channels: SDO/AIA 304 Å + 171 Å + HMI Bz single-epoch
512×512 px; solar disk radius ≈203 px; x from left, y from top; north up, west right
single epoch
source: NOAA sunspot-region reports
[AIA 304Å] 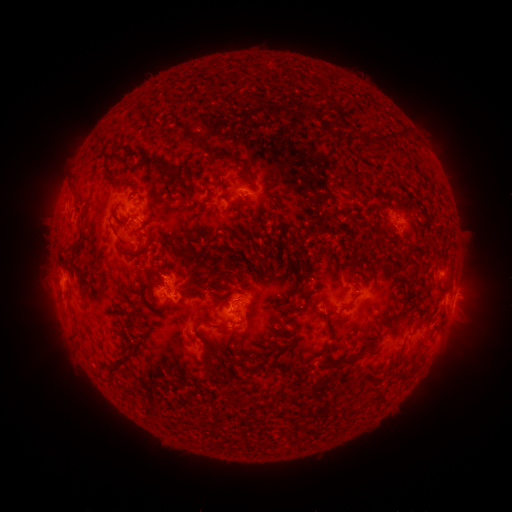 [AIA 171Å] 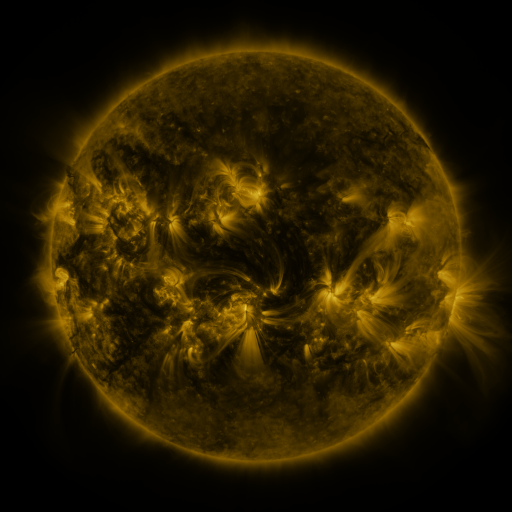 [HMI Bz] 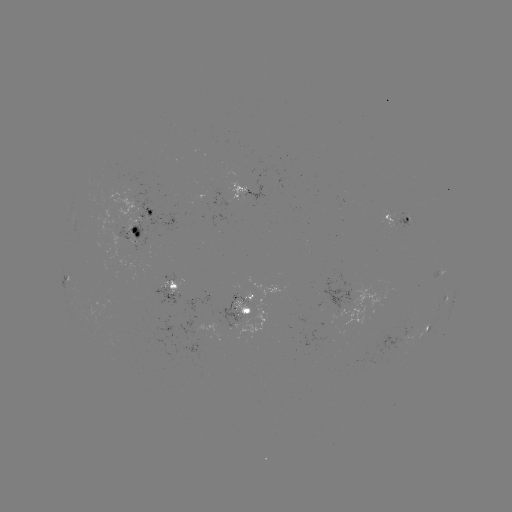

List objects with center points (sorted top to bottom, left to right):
spotted active region: (249, 190)
spotted active region: (153, 208)
spotted active region: (397, 218)
spotted active region: (134, 225)
spotted active region: (439, 276)
spotted active region: (170, 282)
spotted active region: (446, 297)
spotted active region: (453, 301)
spotted active region: (242, 306)
spotted active region: (426, 328)
